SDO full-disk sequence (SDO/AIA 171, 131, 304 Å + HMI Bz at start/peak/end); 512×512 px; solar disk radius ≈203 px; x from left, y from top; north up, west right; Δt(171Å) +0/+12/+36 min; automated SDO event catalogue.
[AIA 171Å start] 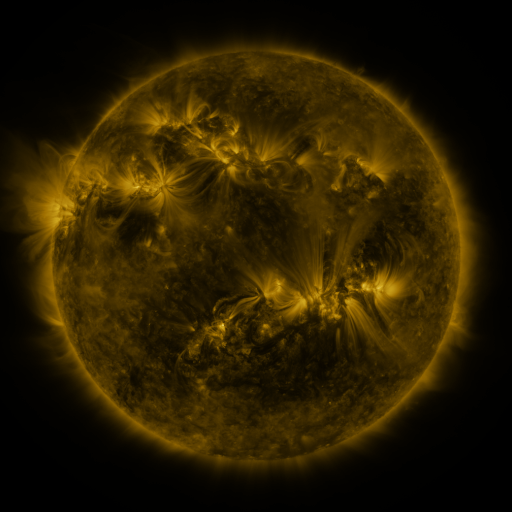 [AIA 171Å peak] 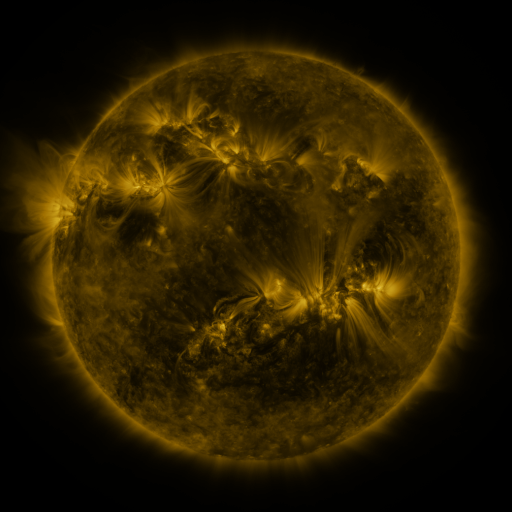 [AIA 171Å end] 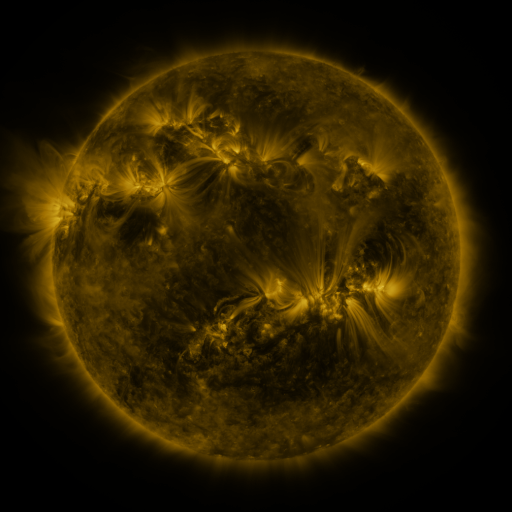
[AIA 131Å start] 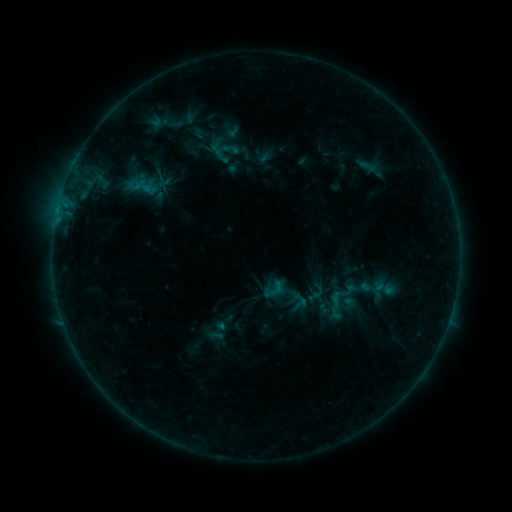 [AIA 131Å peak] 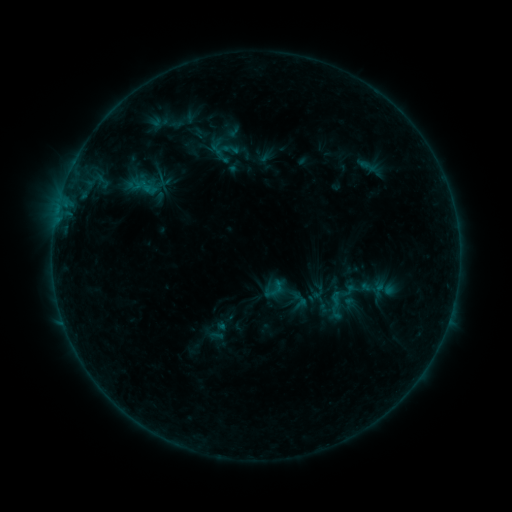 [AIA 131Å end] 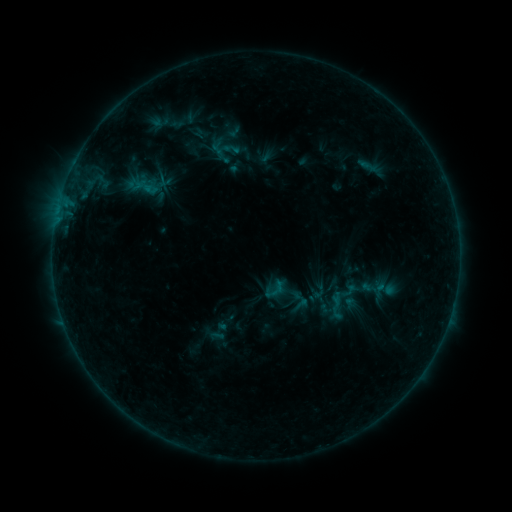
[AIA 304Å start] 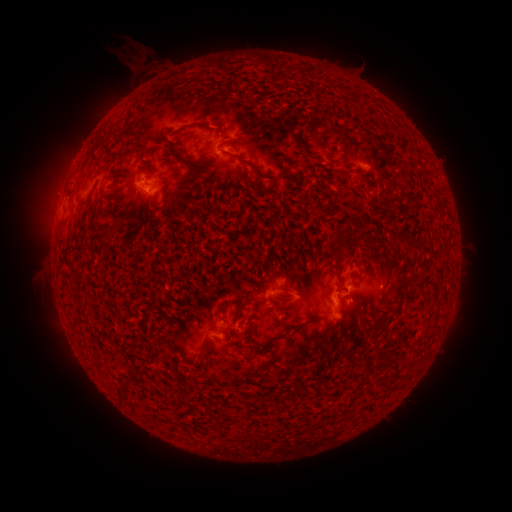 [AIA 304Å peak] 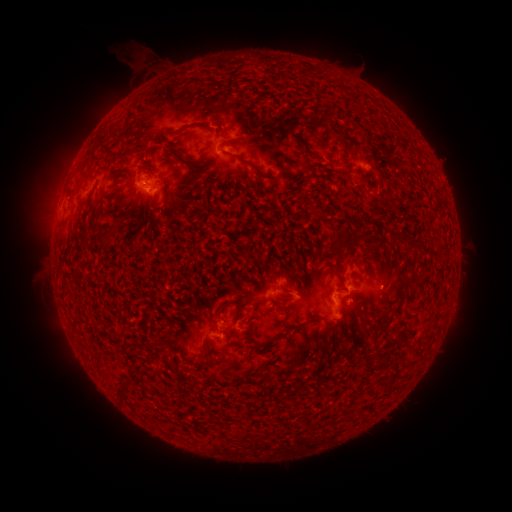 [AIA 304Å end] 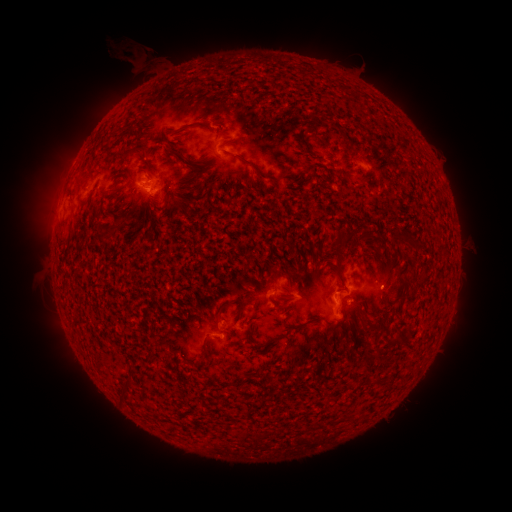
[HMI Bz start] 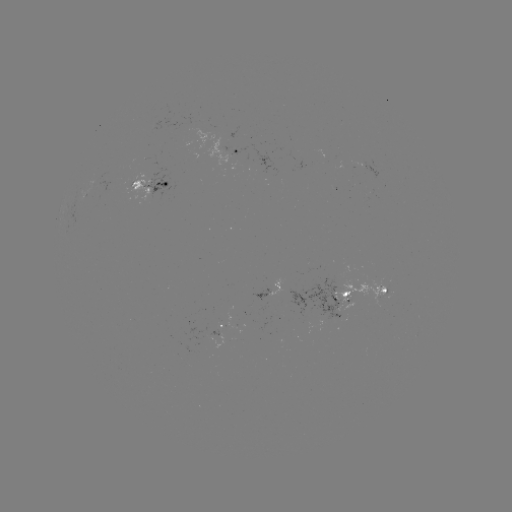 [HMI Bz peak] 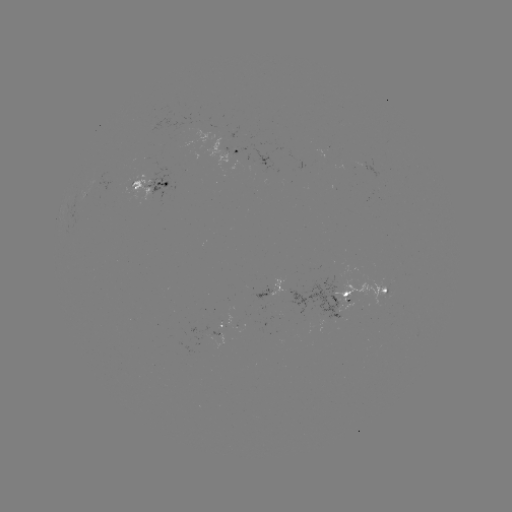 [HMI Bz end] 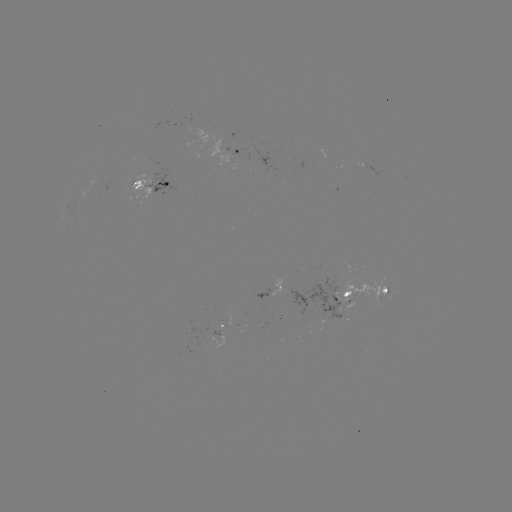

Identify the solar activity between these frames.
emerging-flux region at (334, 309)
